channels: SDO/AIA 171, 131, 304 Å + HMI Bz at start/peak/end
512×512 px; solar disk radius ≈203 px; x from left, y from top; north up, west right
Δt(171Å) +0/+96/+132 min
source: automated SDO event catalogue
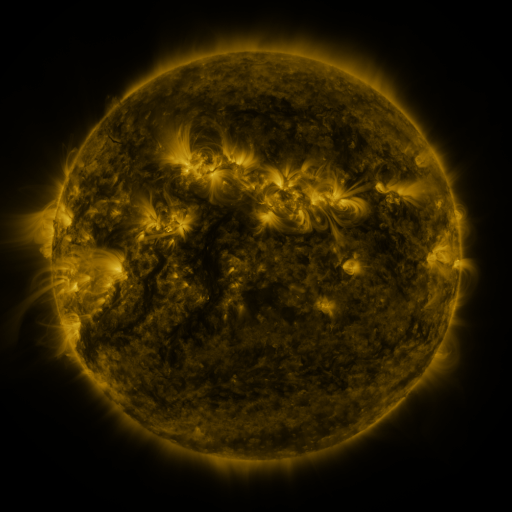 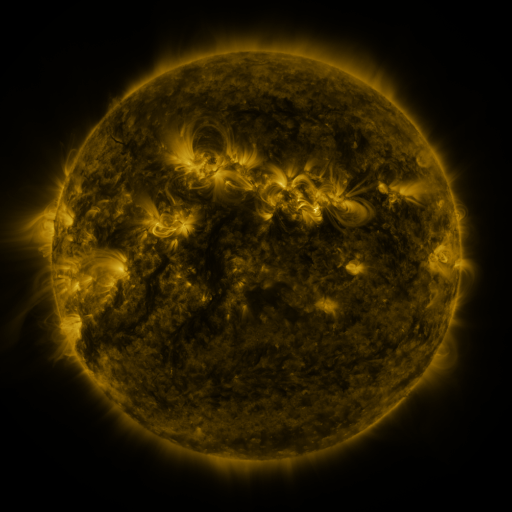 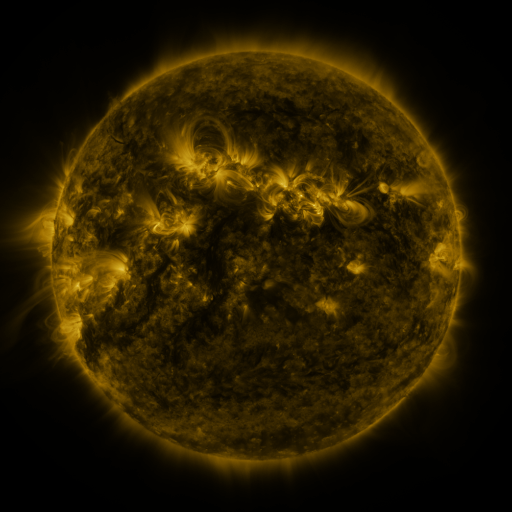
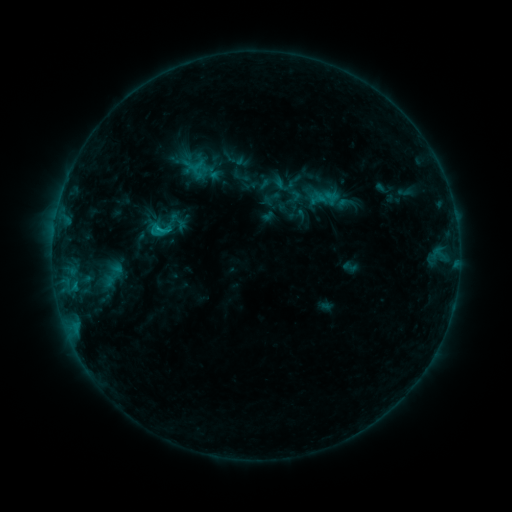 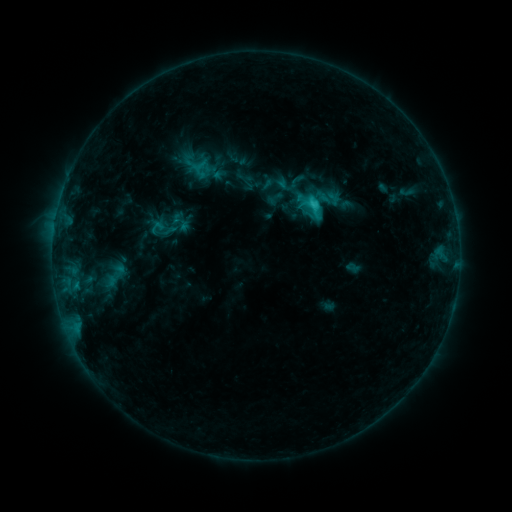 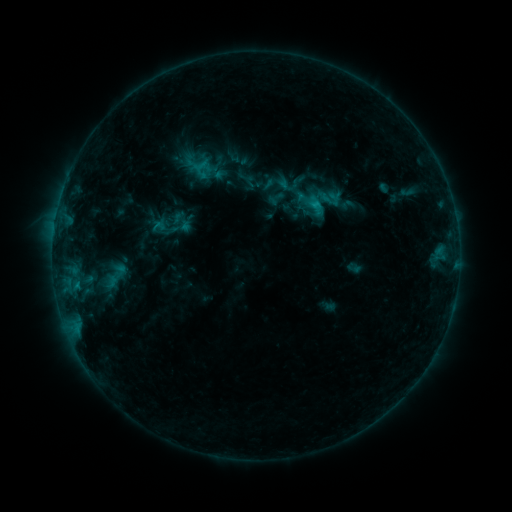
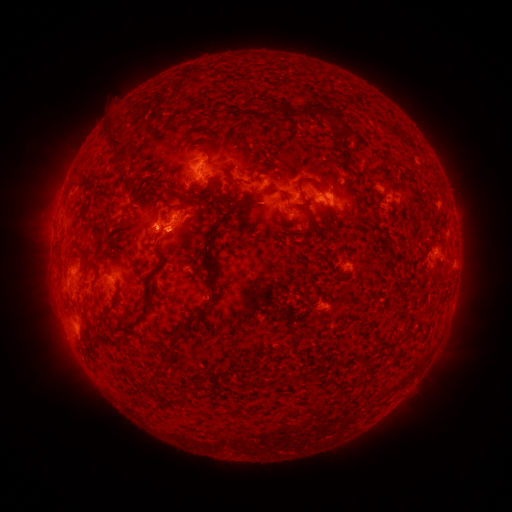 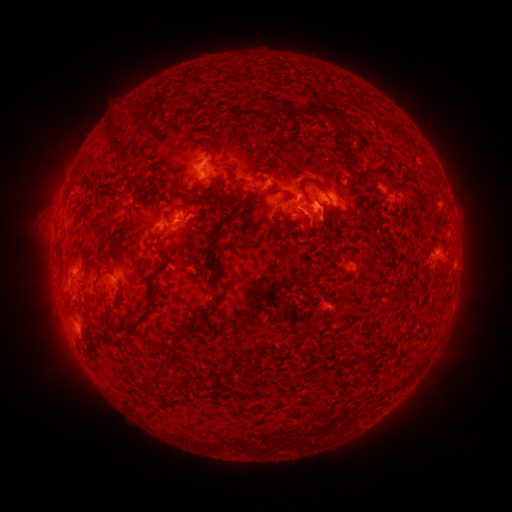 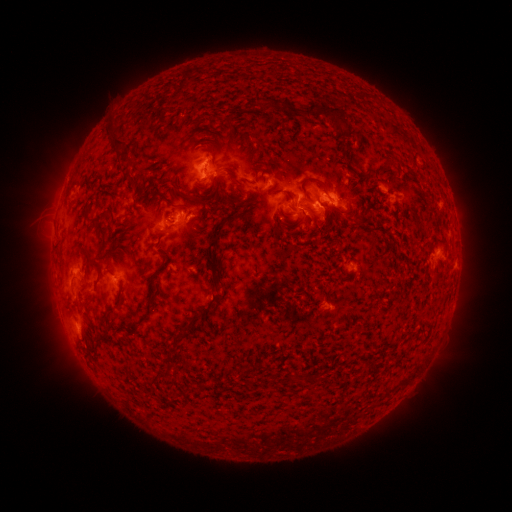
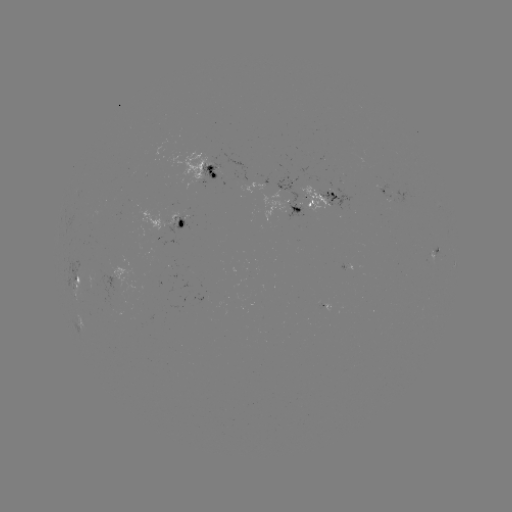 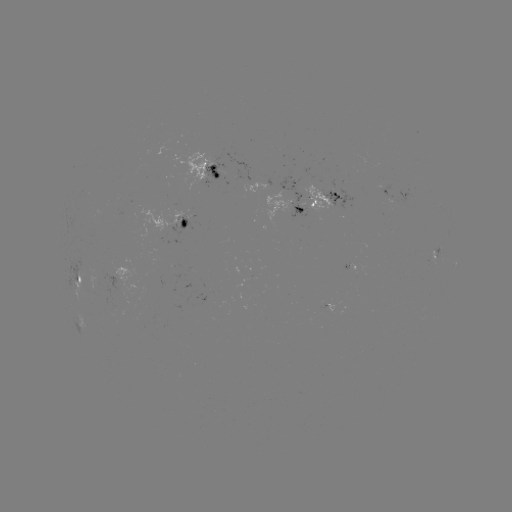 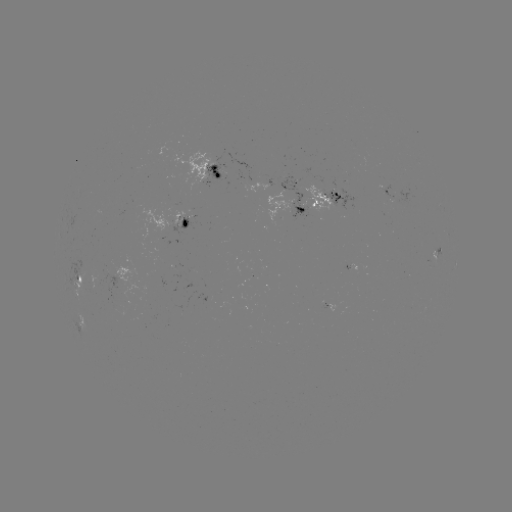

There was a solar emerging-flux region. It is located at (327, 127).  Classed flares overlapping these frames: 2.